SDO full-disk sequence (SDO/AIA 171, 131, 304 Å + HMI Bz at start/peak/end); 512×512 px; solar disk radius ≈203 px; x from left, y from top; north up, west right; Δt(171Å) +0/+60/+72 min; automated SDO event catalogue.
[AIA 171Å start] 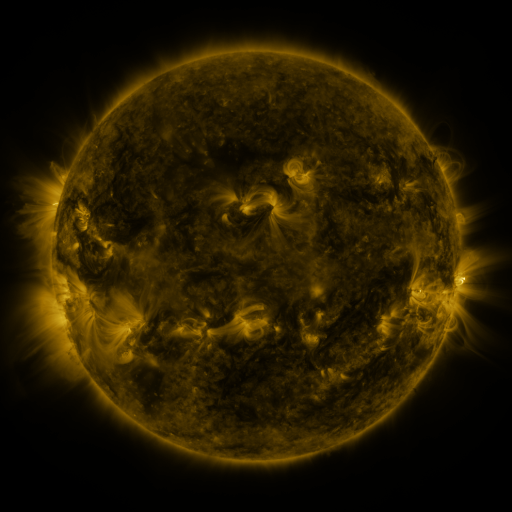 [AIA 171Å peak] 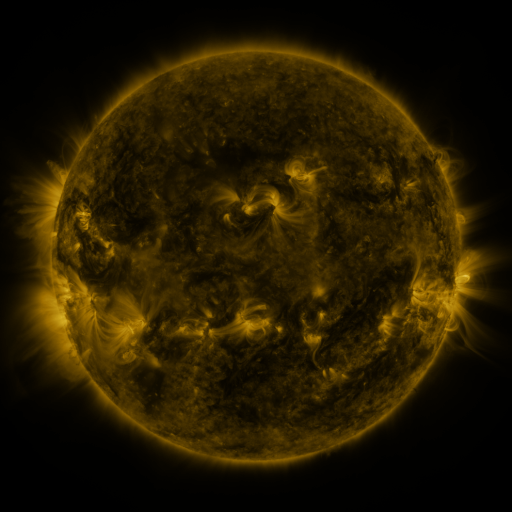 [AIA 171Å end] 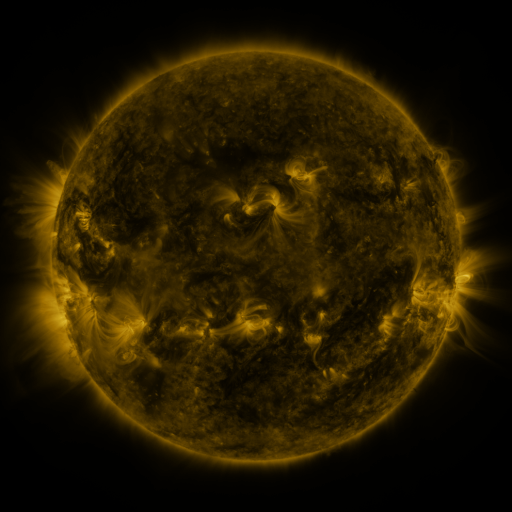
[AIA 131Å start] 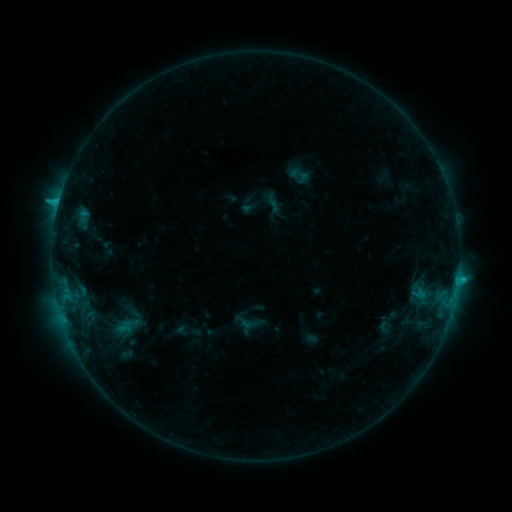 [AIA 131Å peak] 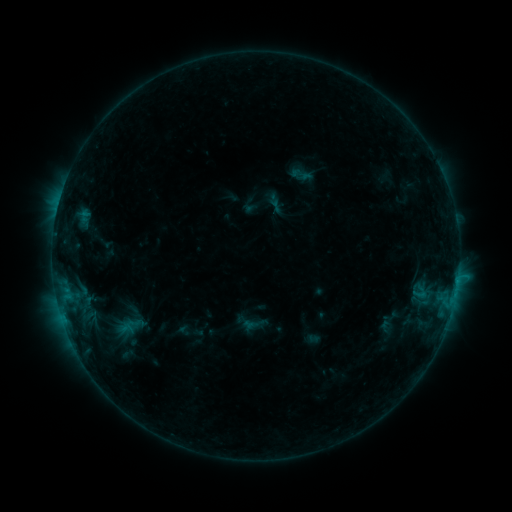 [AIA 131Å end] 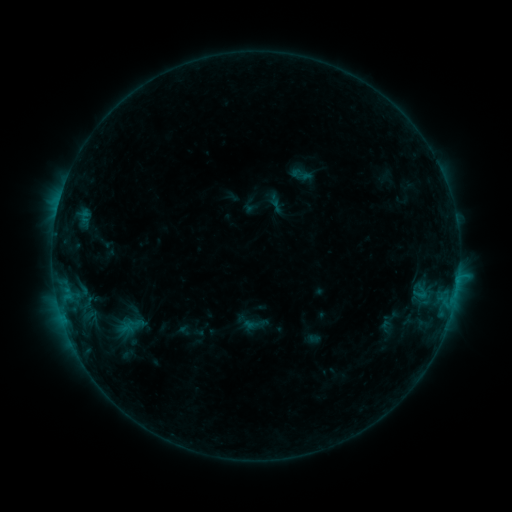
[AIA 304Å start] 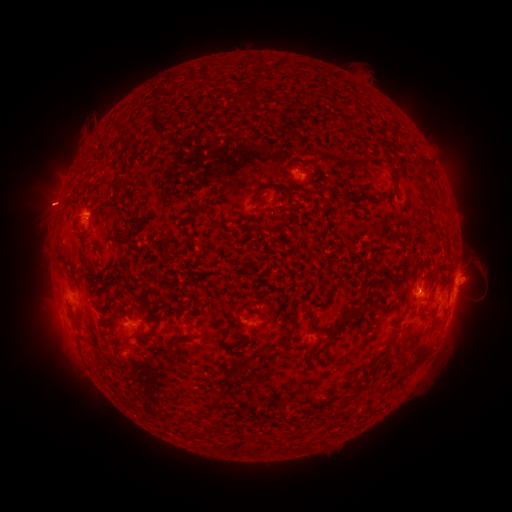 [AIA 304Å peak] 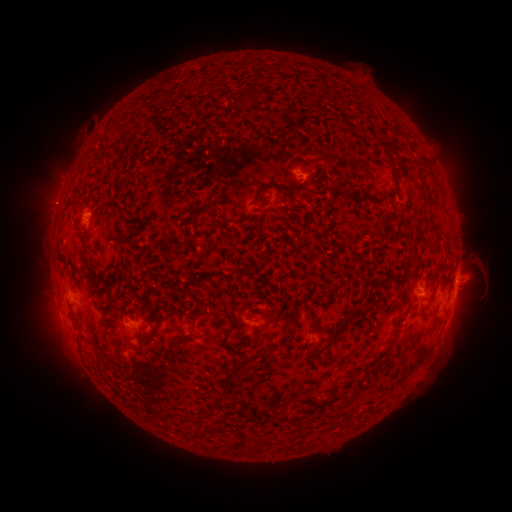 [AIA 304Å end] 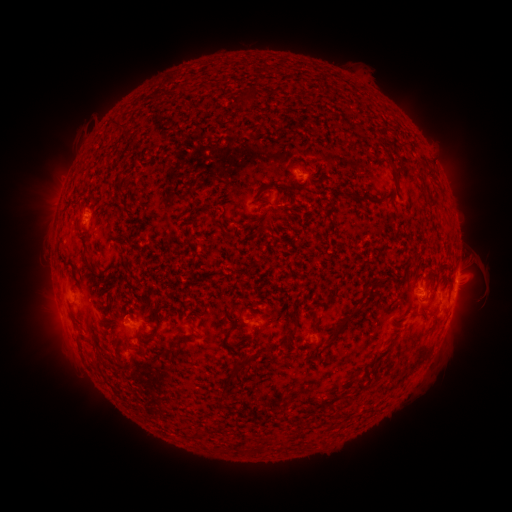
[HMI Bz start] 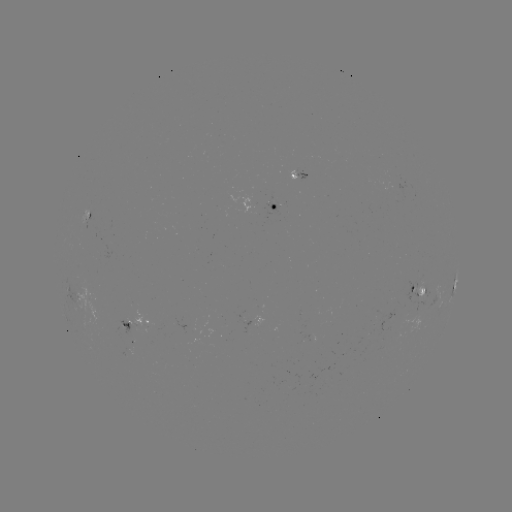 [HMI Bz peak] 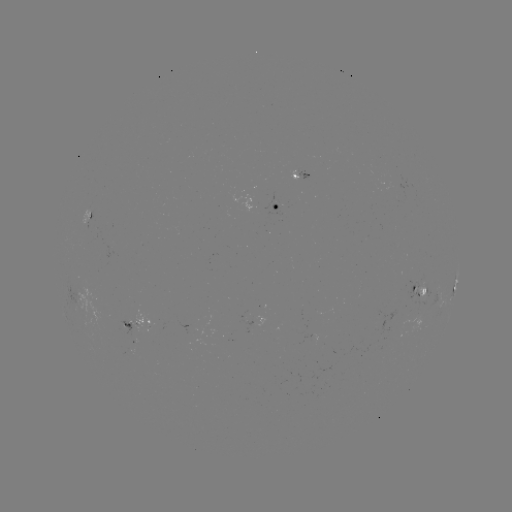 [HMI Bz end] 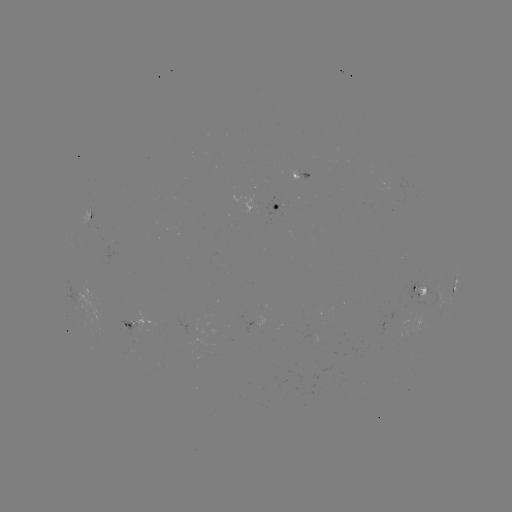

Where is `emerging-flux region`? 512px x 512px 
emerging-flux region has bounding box [117, 325, 125, 335].